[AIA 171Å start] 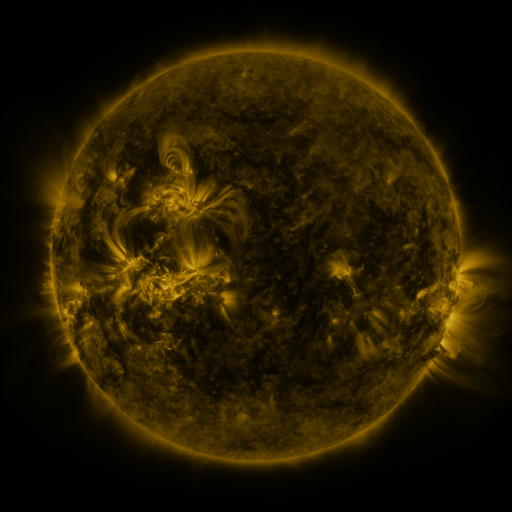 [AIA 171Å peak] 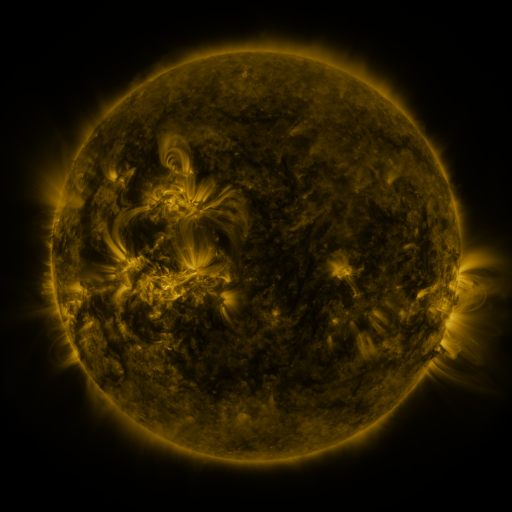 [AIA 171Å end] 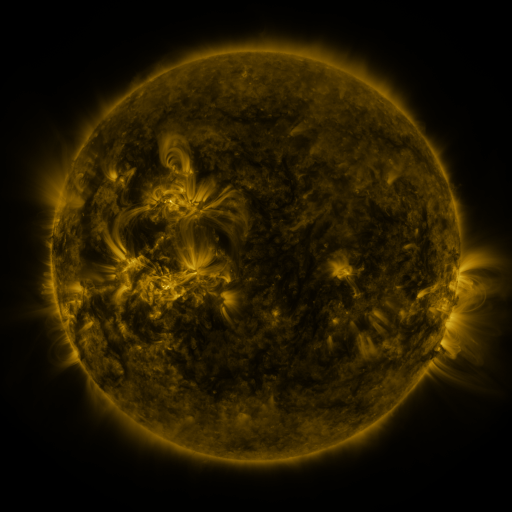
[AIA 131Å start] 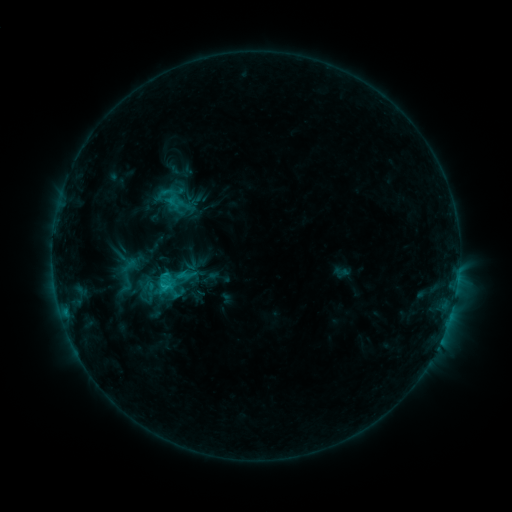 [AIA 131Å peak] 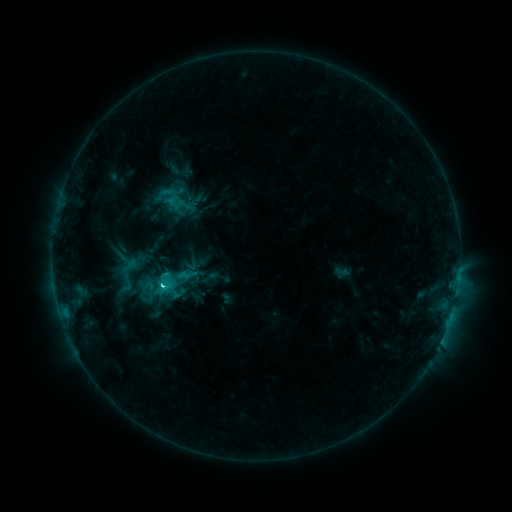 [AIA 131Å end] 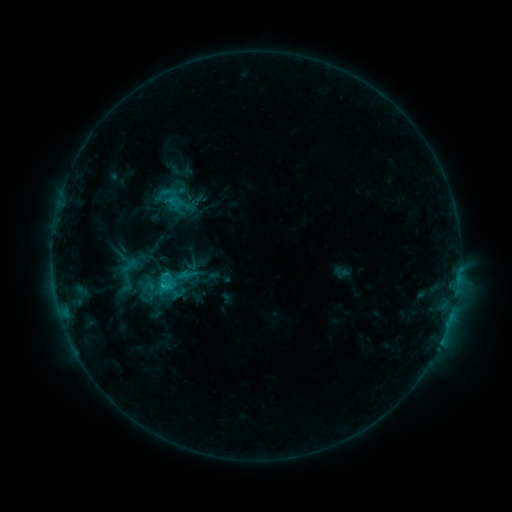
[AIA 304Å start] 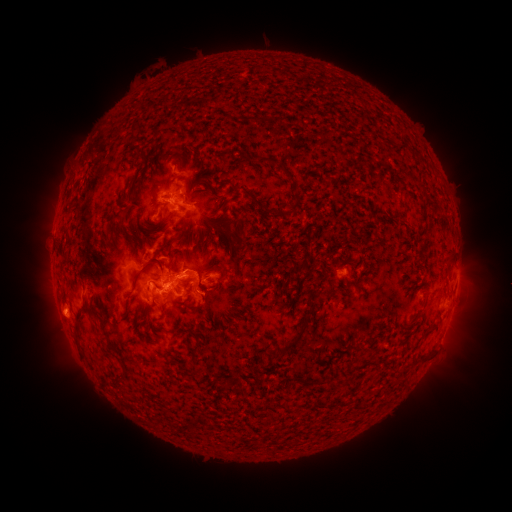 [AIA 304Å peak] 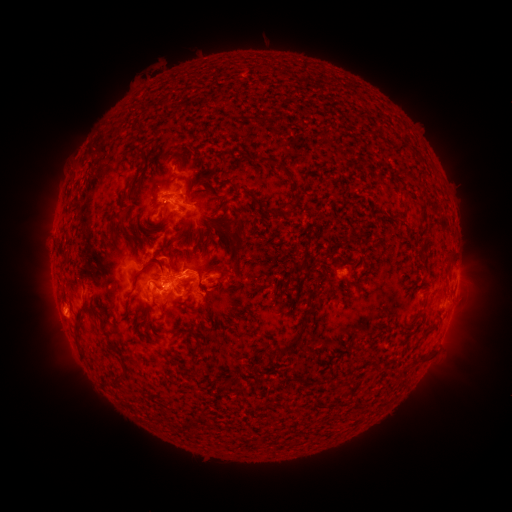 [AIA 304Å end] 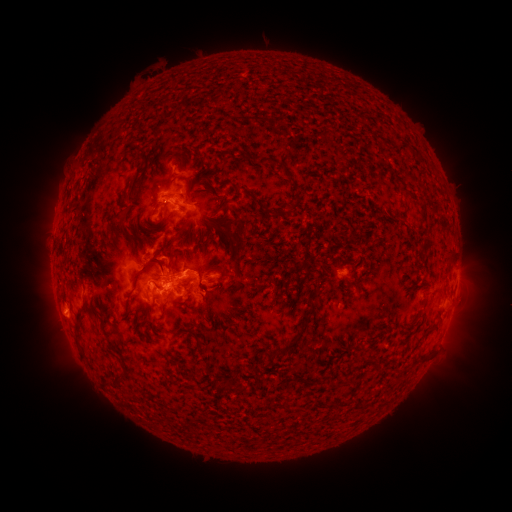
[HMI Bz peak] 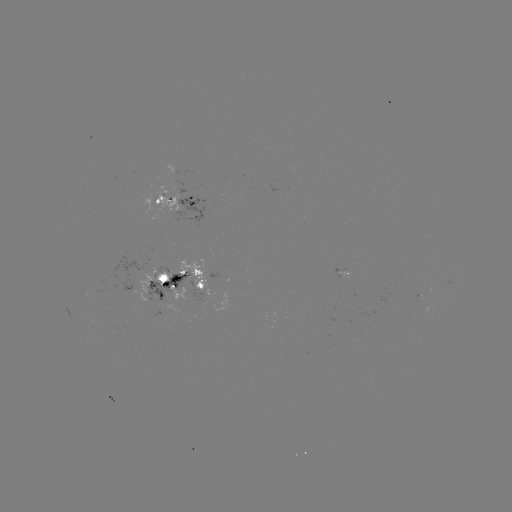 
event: flare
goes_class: C3.5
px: (168, 279)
